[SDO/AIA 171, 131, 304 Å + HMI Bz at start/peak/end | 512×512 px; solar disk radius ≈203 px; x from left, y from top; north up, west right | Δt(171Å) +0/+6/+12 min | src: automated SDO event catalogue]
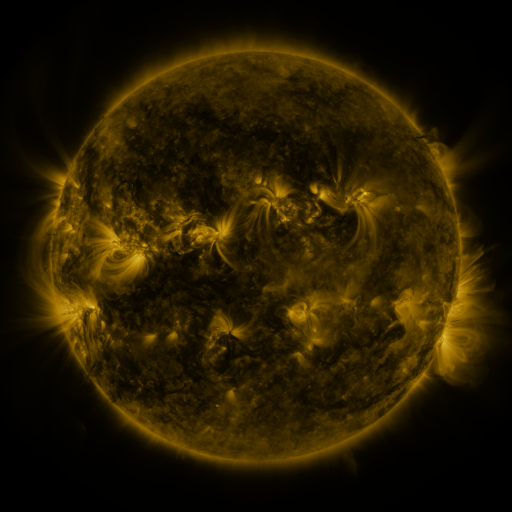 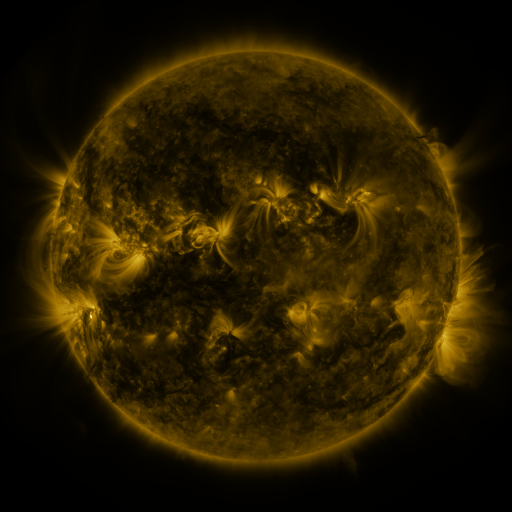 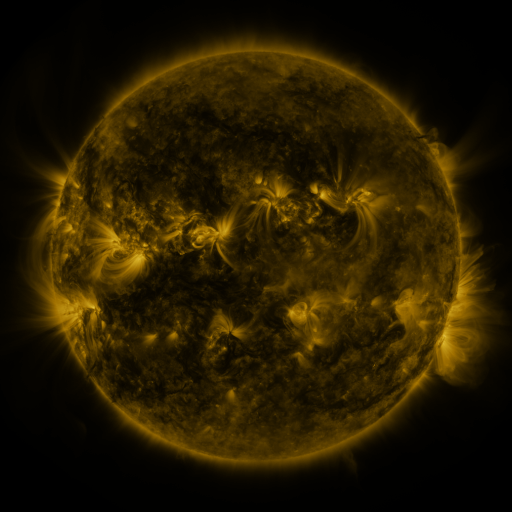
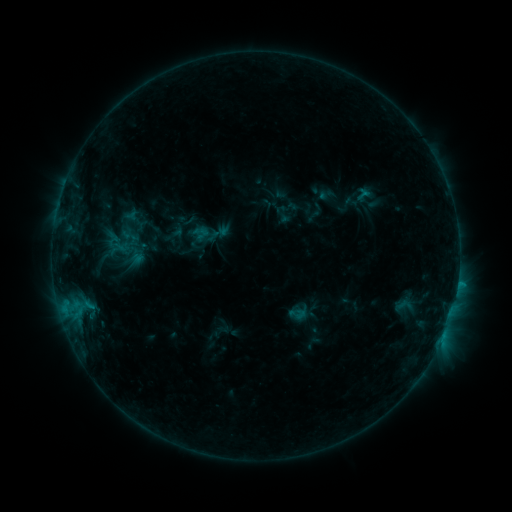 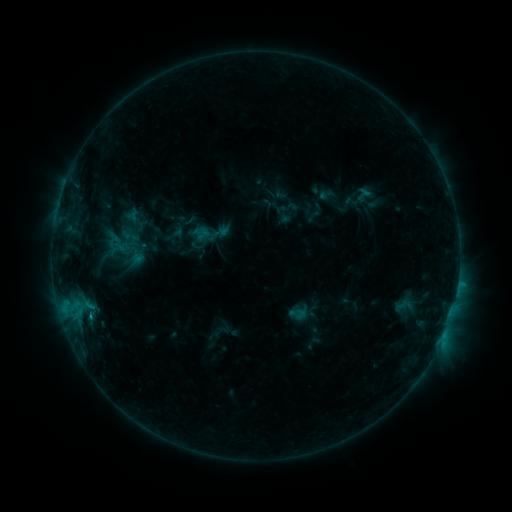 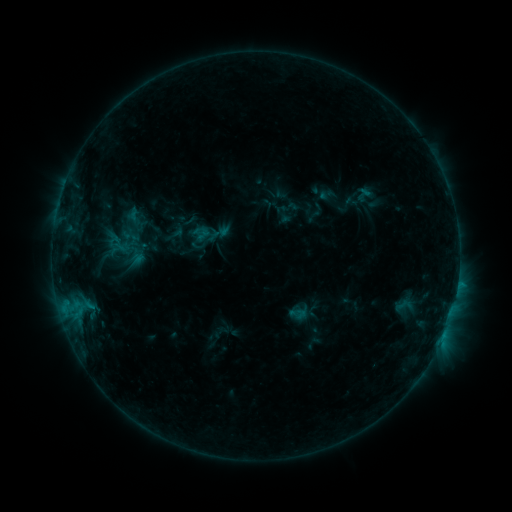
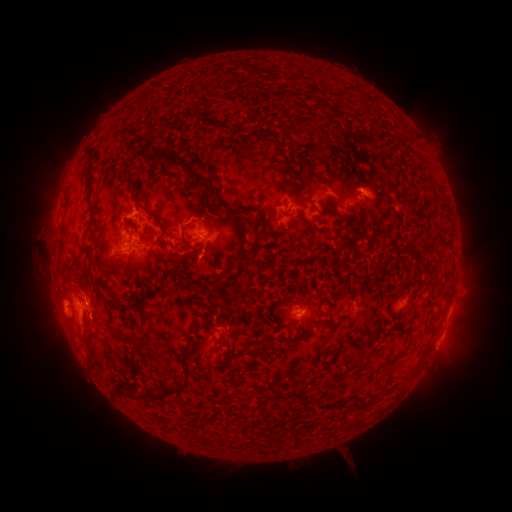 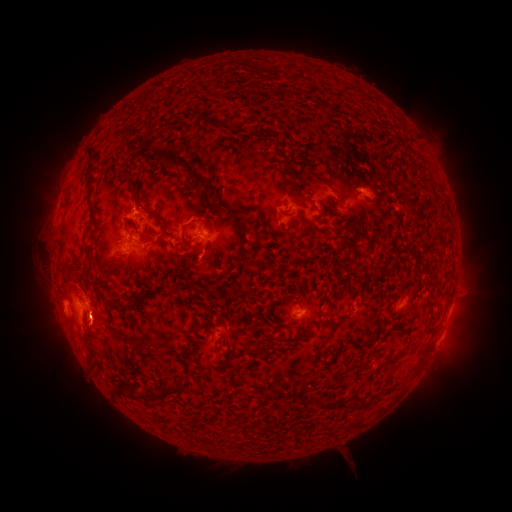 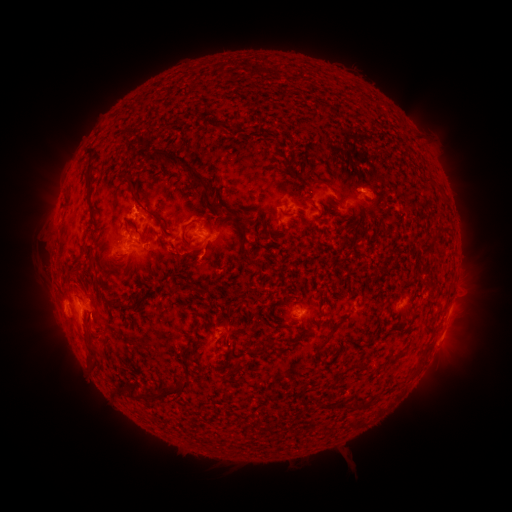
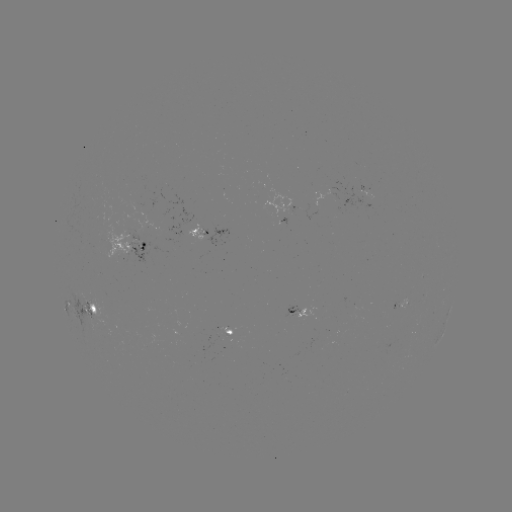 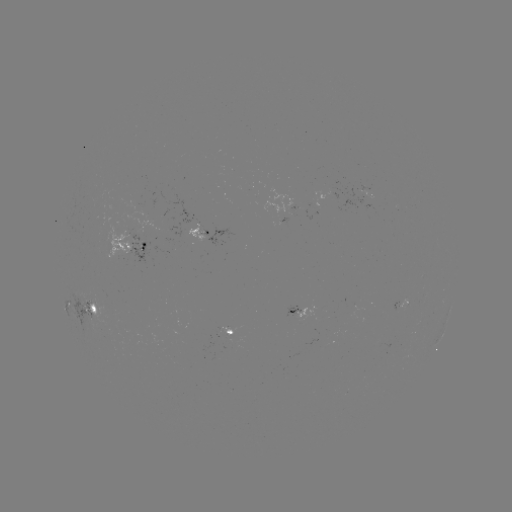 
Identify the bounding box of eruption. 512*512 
[68, 286, 118, 360].